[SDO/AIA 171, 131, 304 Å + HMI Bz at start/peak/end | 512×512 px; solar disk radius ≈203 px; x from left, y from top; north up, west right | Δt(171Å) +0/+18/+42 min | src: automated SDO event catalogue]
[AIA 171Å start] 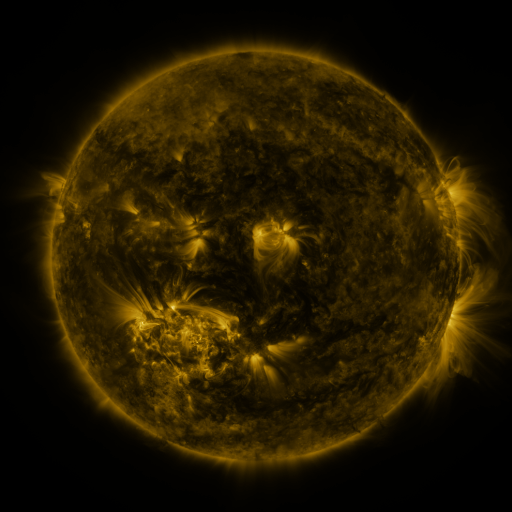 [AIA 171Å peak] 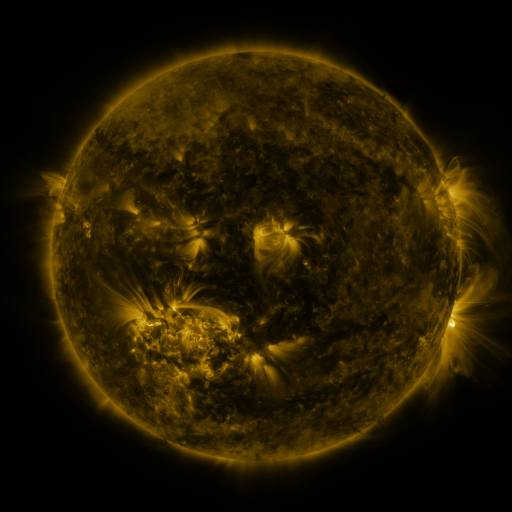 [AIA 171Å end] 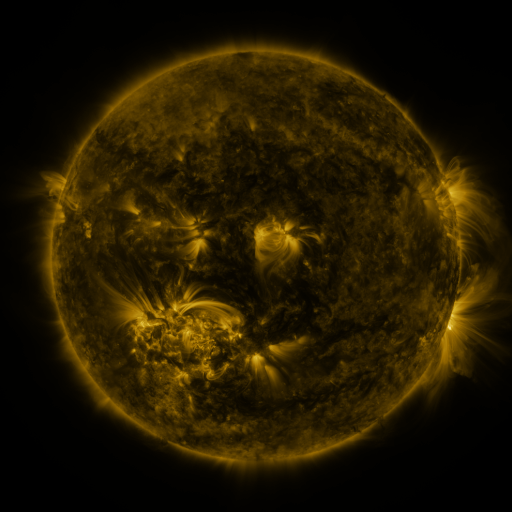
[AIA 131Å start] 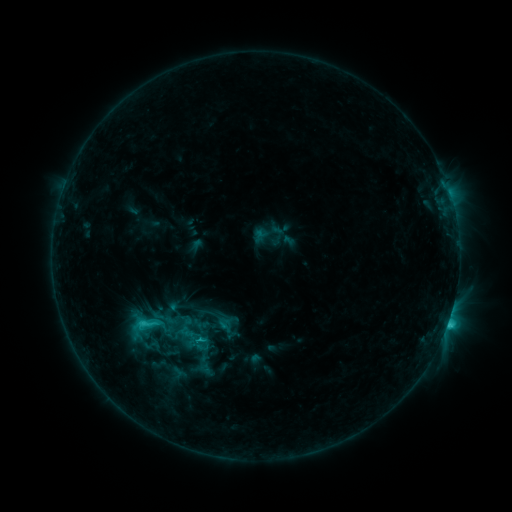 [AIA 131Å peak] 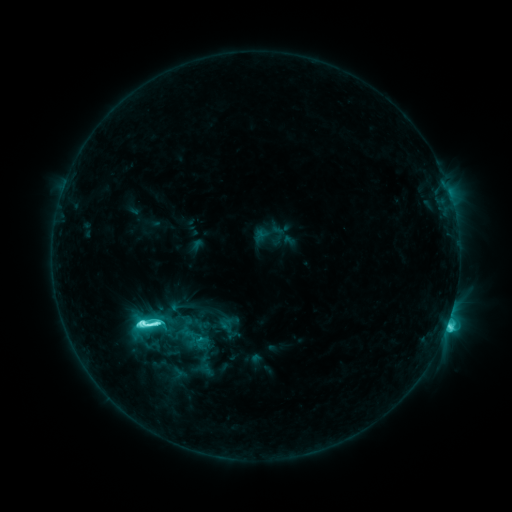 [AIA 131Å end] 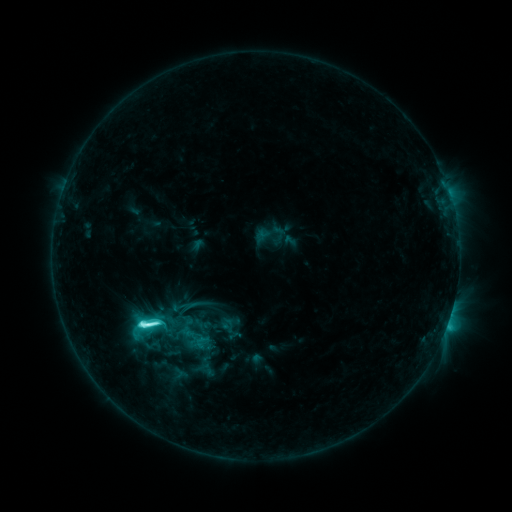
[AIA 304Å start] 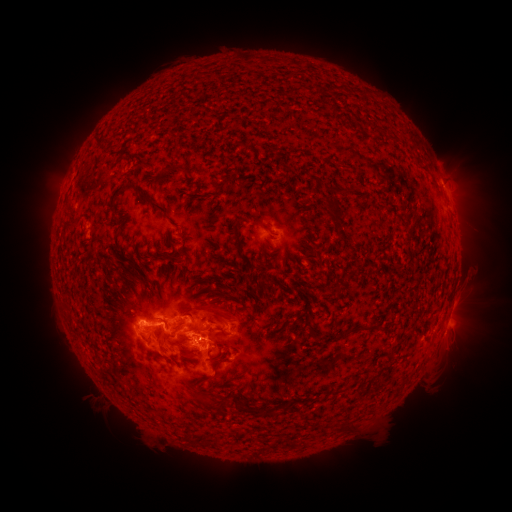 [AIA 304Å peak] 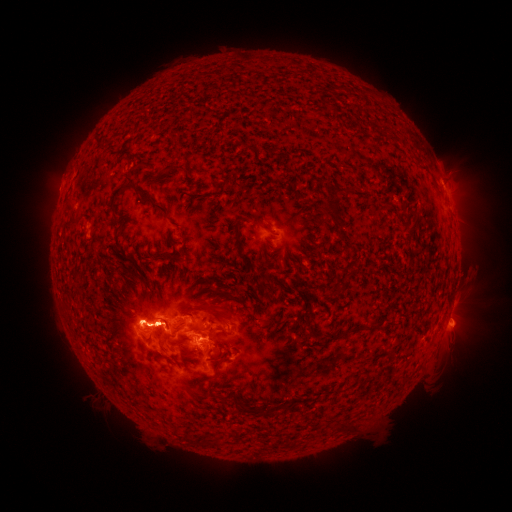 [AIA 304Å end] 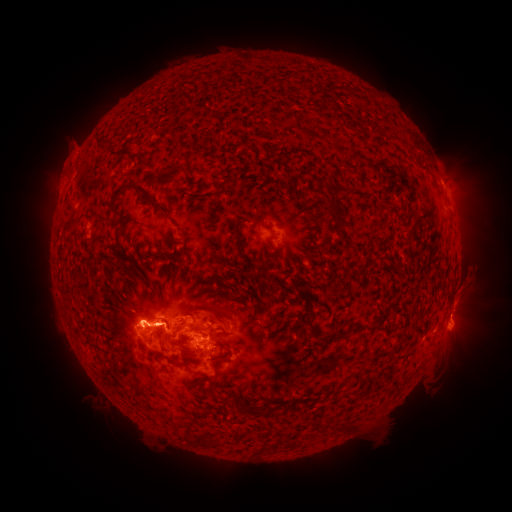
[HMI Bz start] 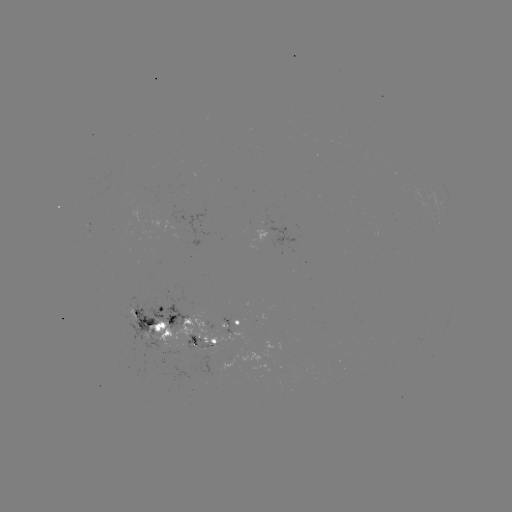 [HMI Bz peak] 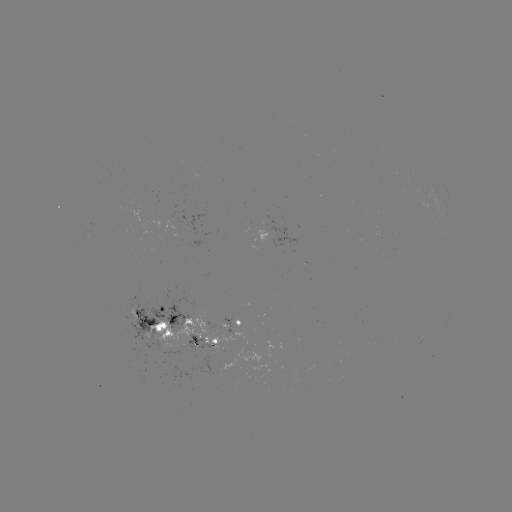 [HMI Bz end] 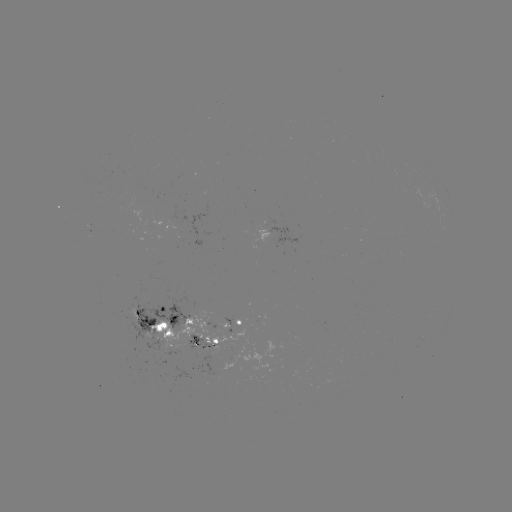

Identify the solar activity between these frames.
M2.0 flare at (157, 323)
